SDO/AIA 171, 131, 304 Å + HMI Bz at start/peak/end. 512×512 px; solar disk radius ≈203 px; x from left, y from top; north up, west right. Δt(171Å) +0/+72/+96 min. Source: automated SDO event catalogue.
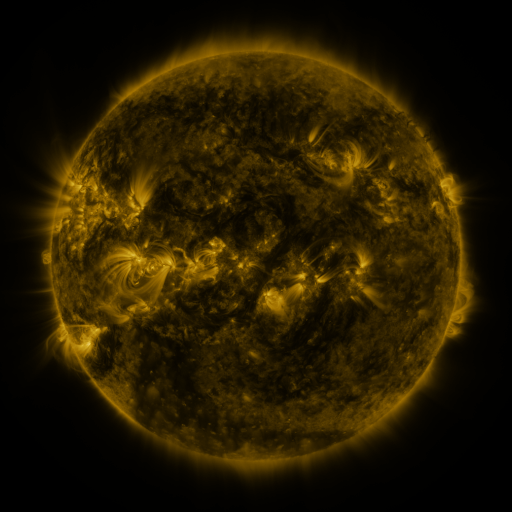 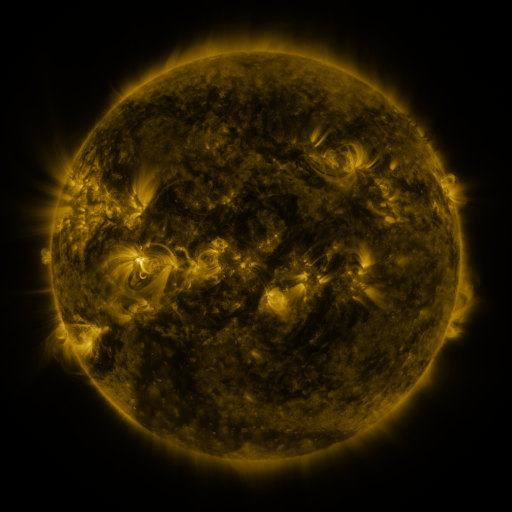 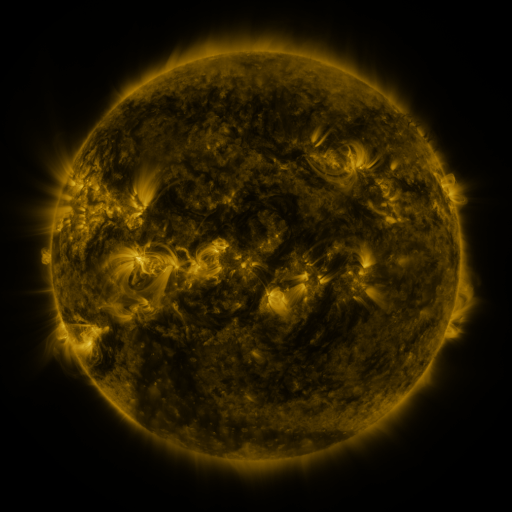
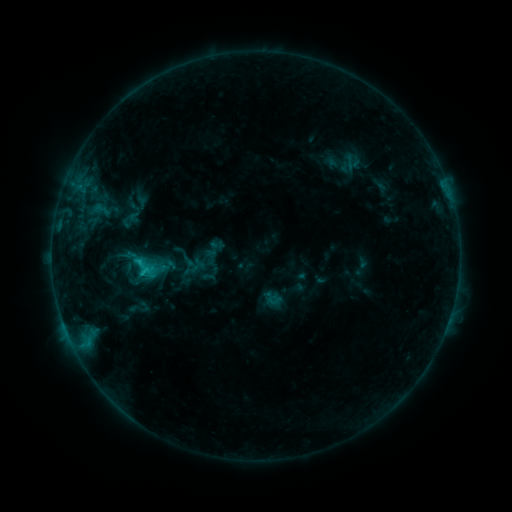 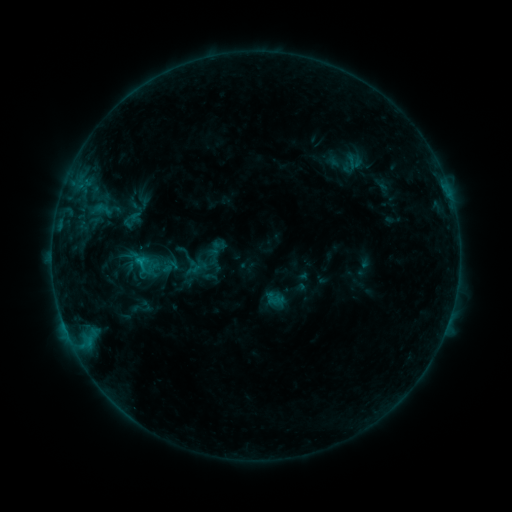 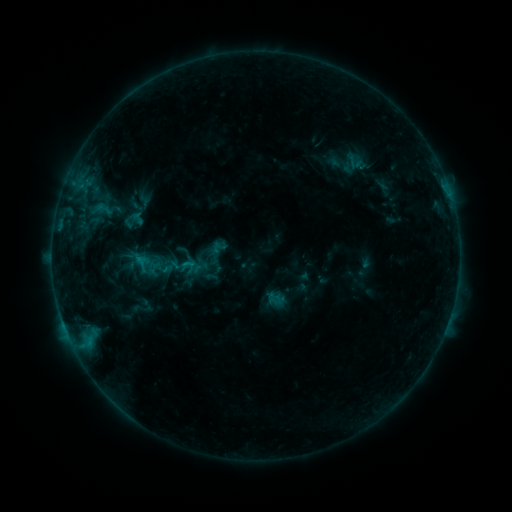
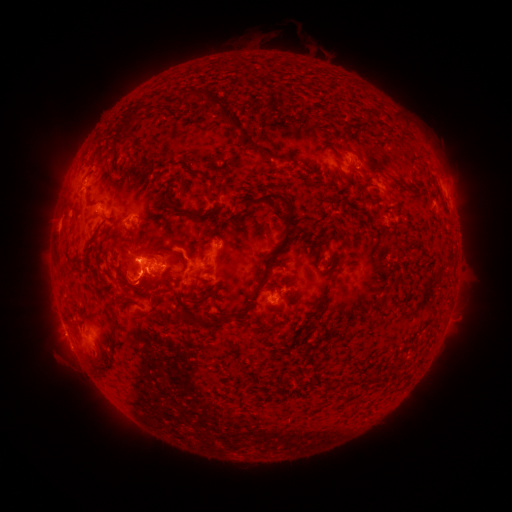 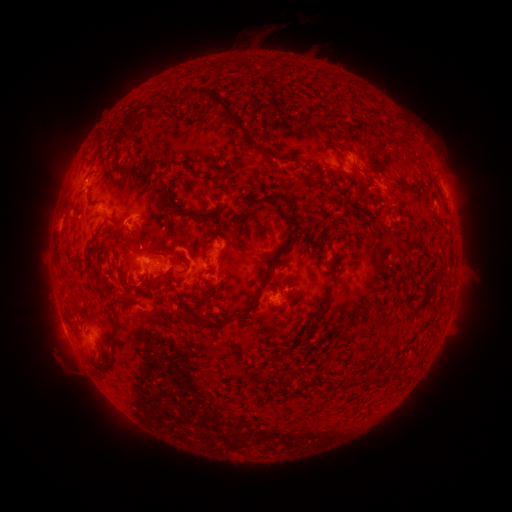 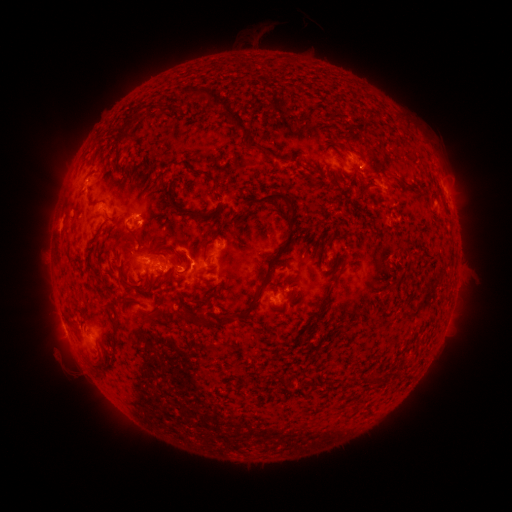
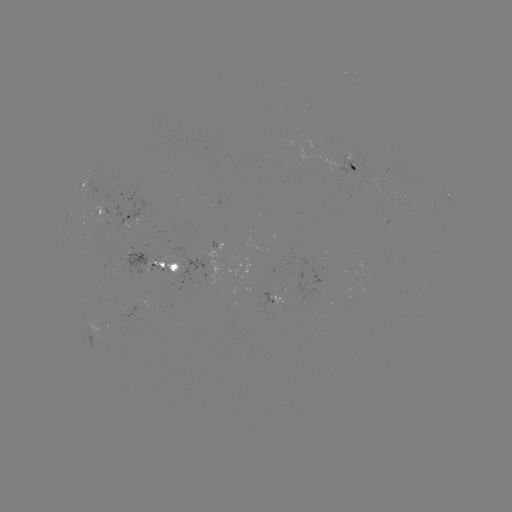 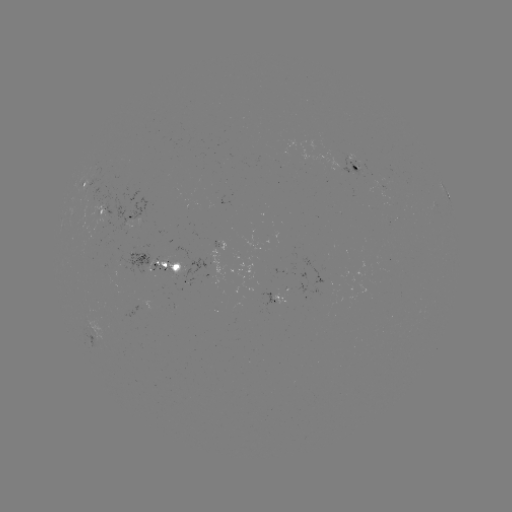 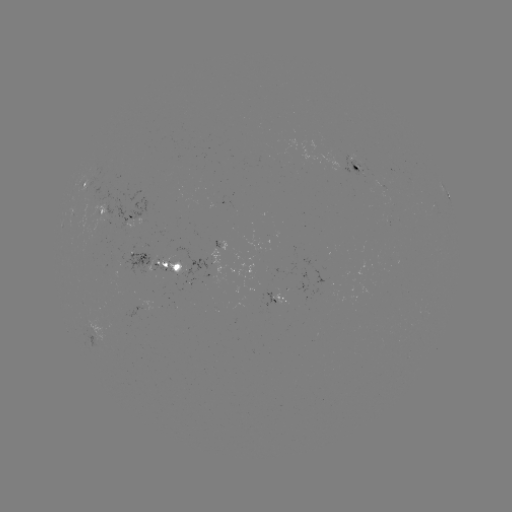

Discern emerging-flux region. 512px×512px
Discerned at [131, 211].